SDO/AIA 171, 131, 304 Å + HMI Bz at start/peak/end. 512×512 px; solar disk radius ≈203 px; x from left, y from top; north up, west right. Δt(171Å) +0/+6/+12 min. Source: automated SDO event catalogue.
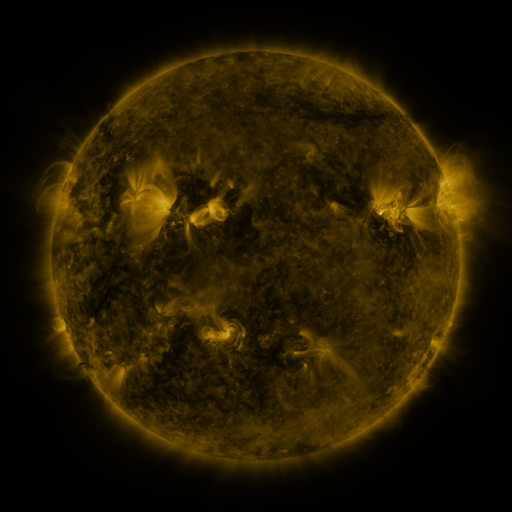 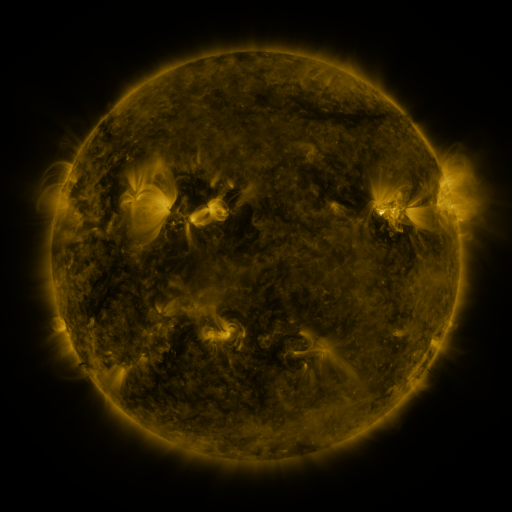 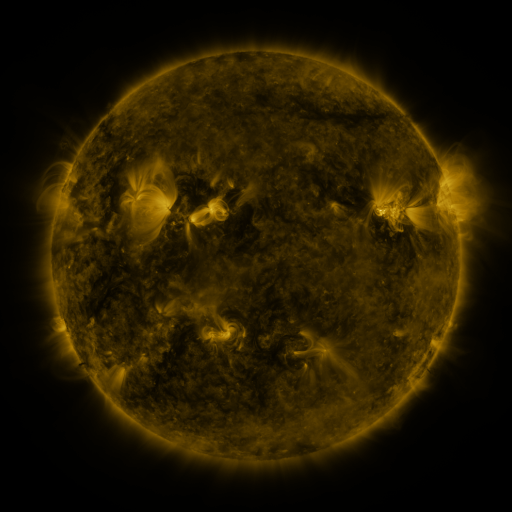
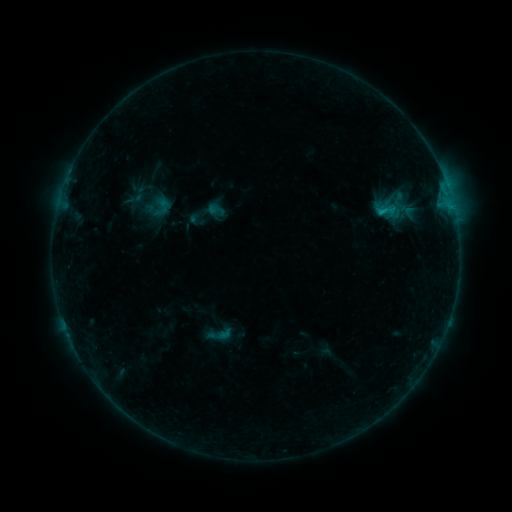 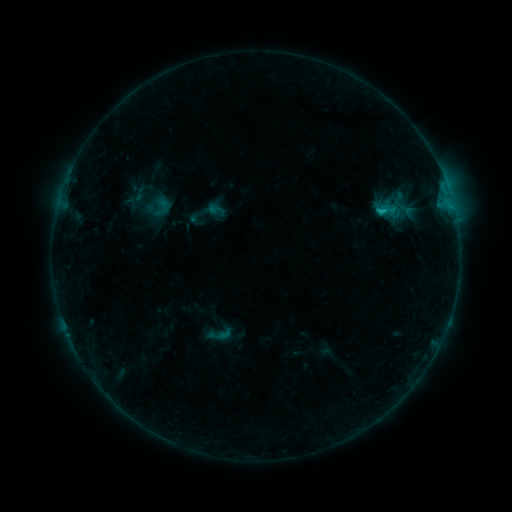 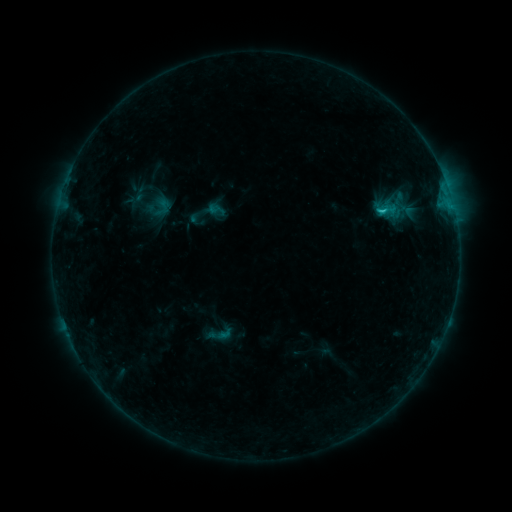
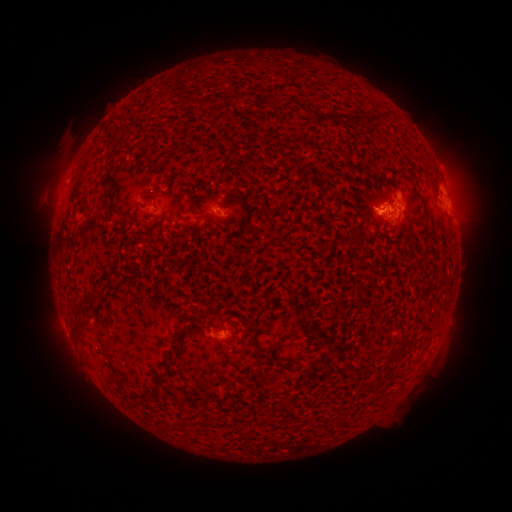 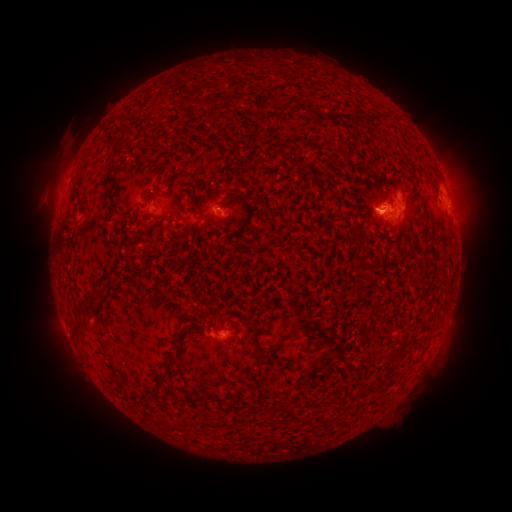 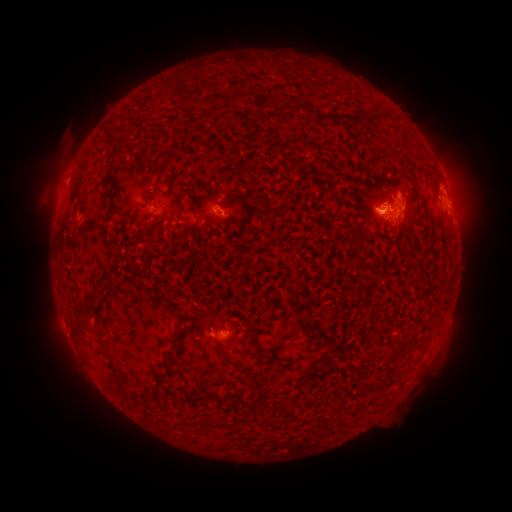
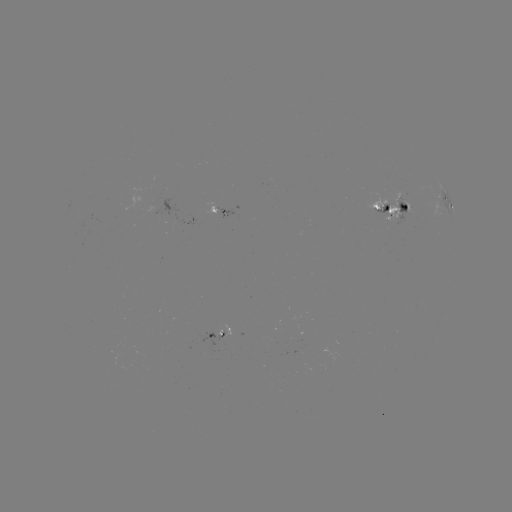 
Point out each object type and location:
B9.7 flare: (381, 212)
